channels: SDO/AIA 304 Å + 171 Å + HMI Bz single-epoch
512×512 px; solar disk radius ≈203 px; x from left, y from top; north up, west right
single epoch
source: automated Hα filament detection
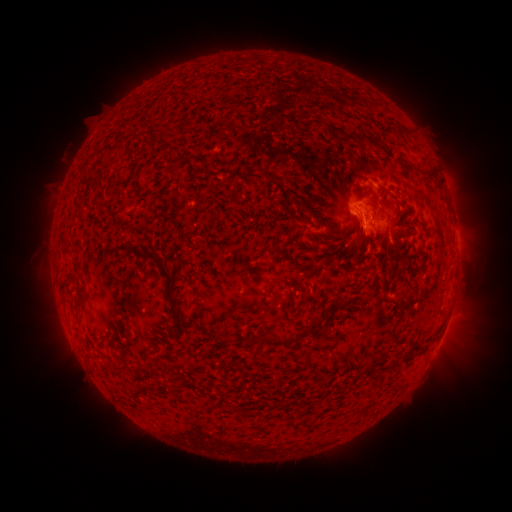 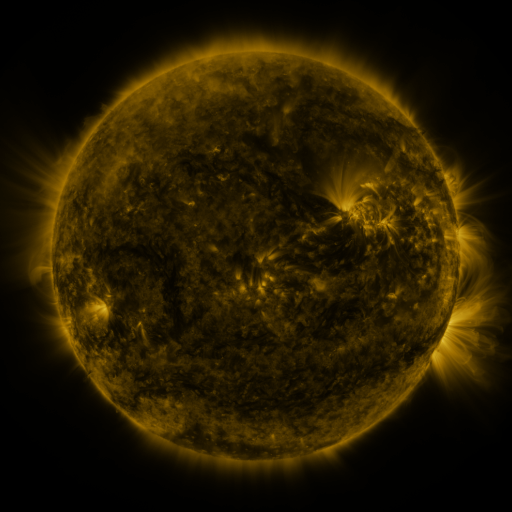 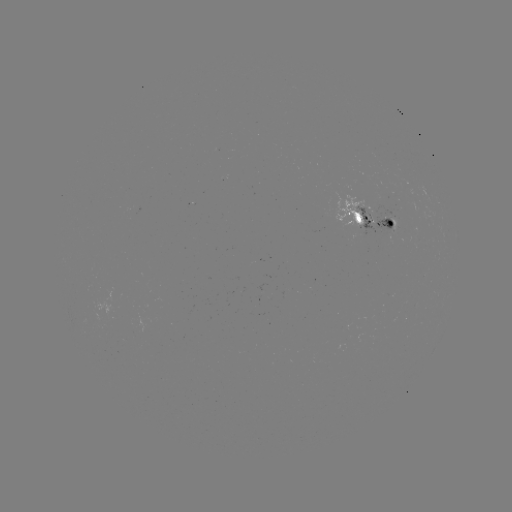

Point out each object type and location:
filament: <bbox>309, 121, 324, 130</bbox>
filament: <bbox>327, 124, 346, 138</bbox>
filament: <bbox>426, 166, 435, 176</bbox>
filament: <bbox>246, 167, 265, 182</bbox>
filament: <bbox>225, 171, 235, 182</bbox>
filament: <bbox>293, 198, 329, 224</bbox>
filament: <bbox>388, 225, 411, 238</bbox>
filament: <bbox>357, 230, 368, 261</bbox>
filament: <bbox>385, 241, 393, 253</bbox>
filament: <bbox>132, 245, 178, 316</bbox>
filament: <bbox>307, 314, 324, 334</bbox>
filament: <bbox>173, 322, 182, 332</bbox>
filament: <bbox>273, 333, 295, 345</bbox>
filament: <bbox>243, 336, 255, 345</bbox>
filament: <bbox>385, 359, 397, 370</bbox>
